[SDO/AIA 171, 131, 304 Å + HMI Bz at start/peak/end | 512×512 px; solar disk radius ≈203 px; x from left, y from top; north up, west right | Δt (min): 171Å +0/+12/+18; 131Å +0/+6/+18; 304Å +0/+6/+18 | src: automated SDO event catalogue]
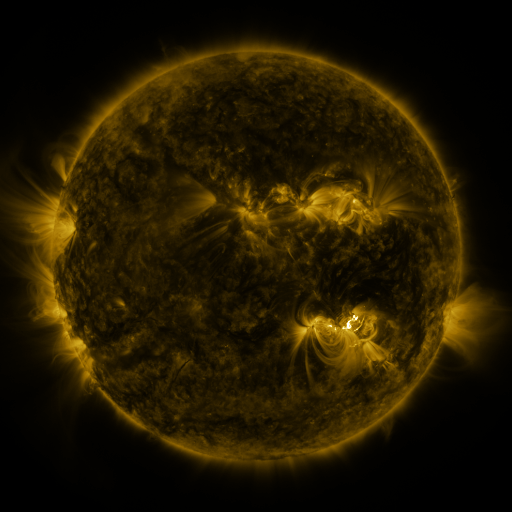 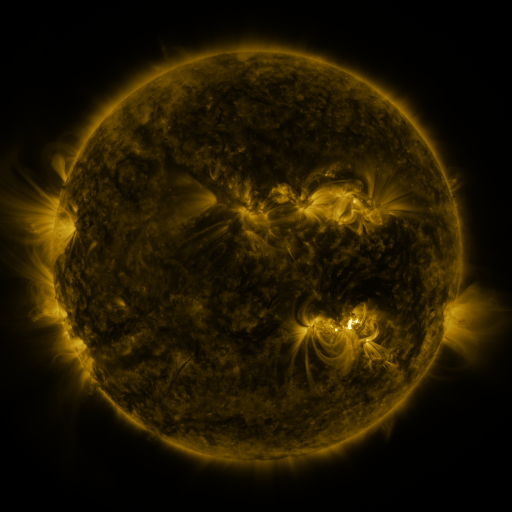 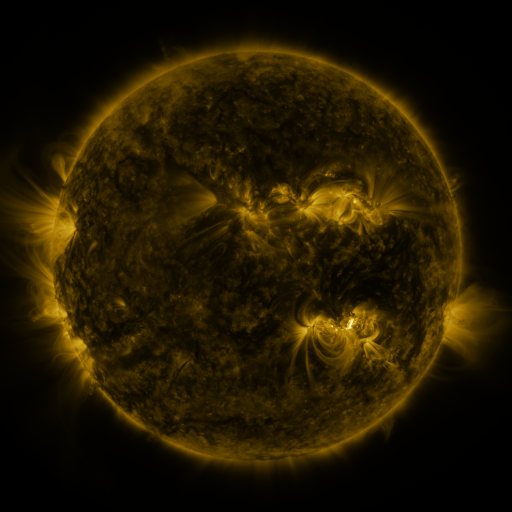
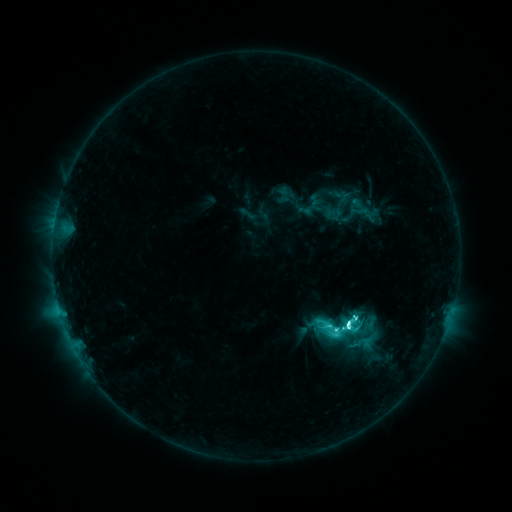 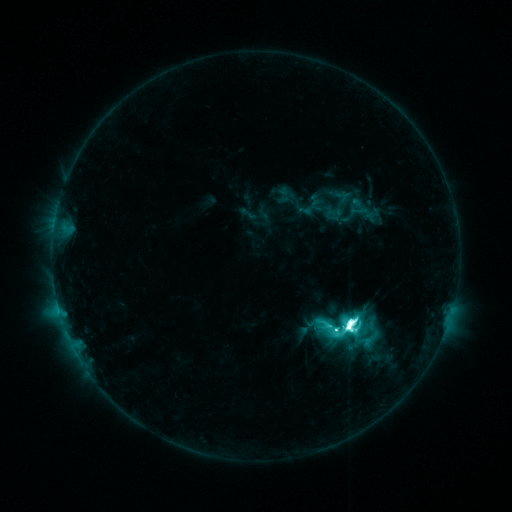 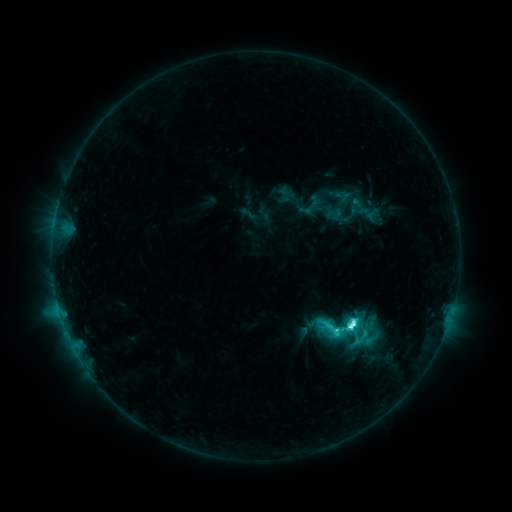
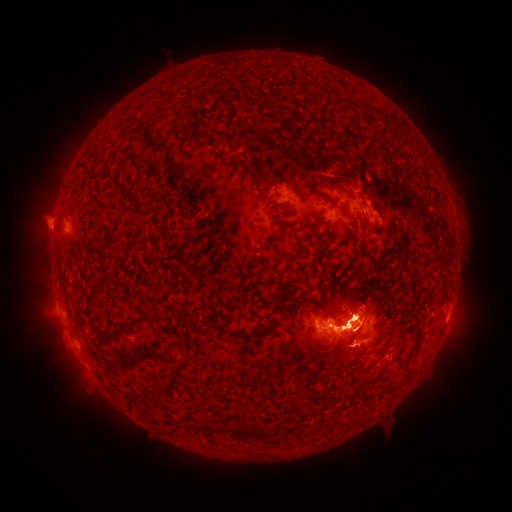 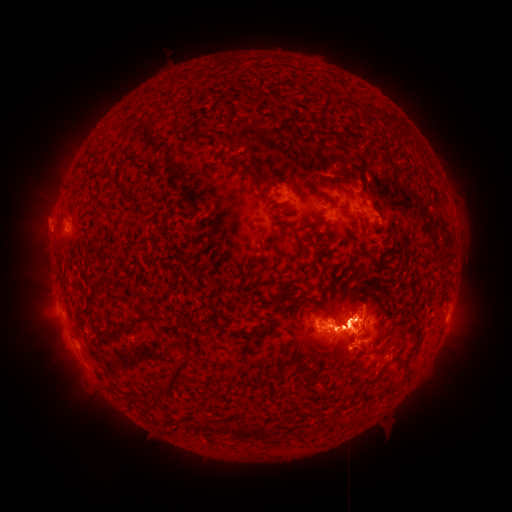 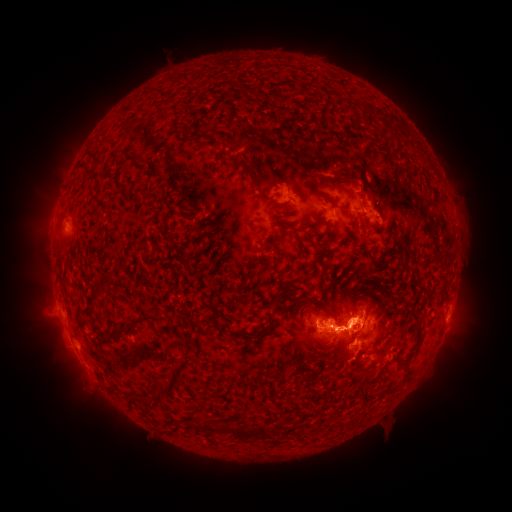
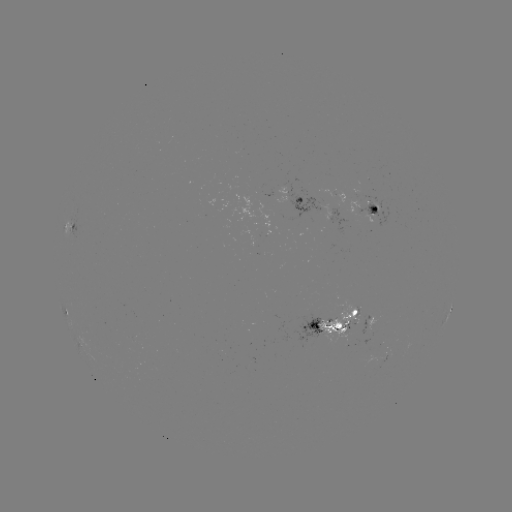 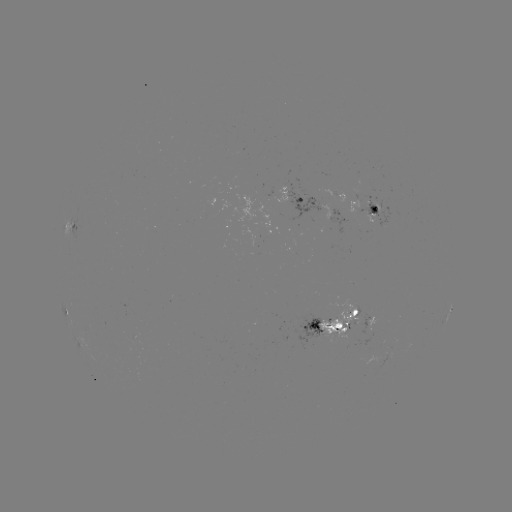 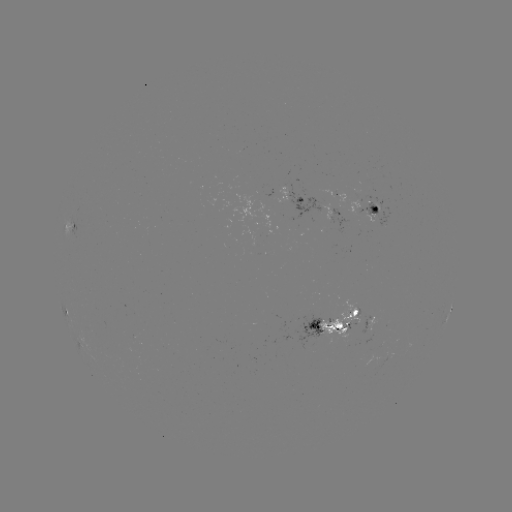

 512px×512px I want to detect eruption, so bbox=[302, 274, 424, 399].